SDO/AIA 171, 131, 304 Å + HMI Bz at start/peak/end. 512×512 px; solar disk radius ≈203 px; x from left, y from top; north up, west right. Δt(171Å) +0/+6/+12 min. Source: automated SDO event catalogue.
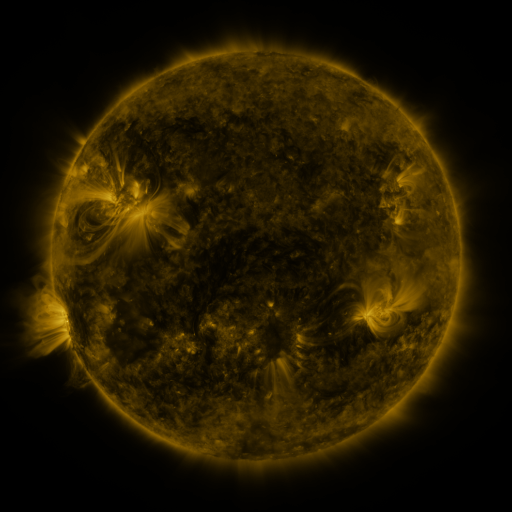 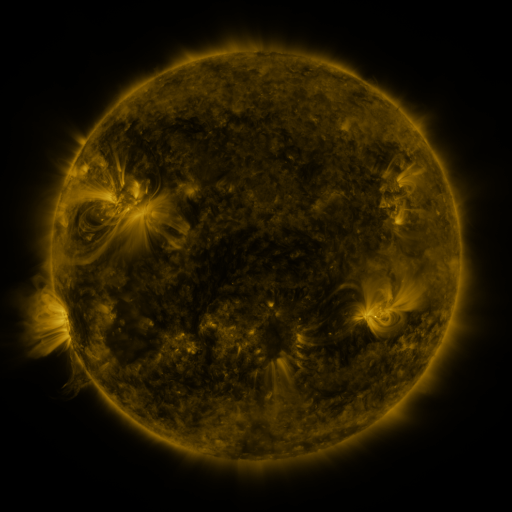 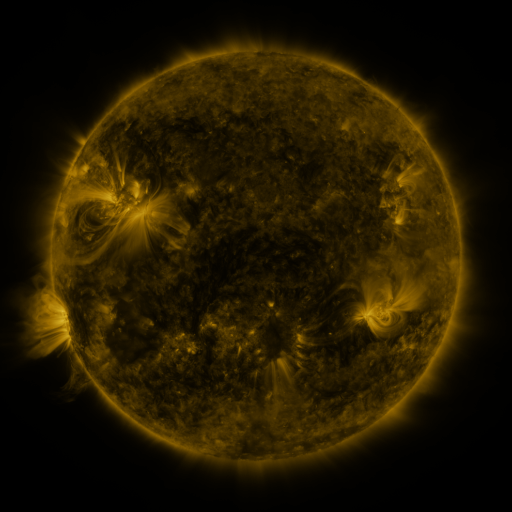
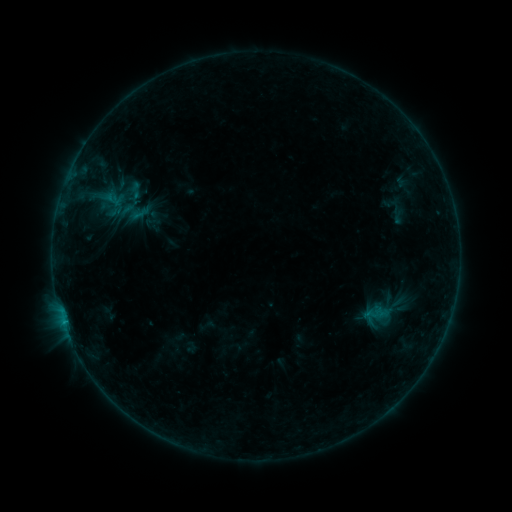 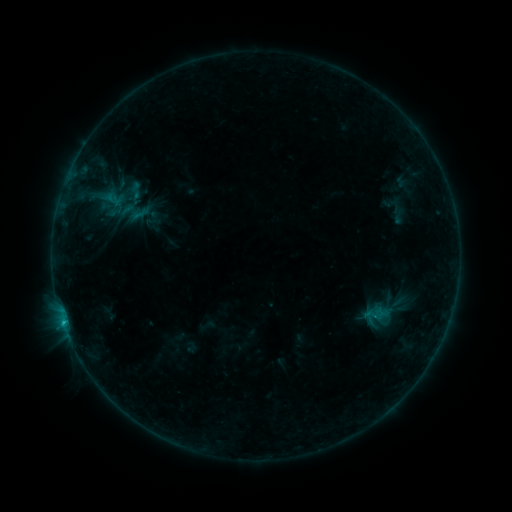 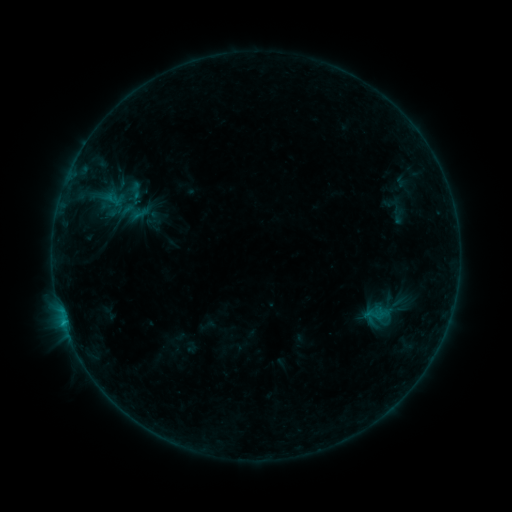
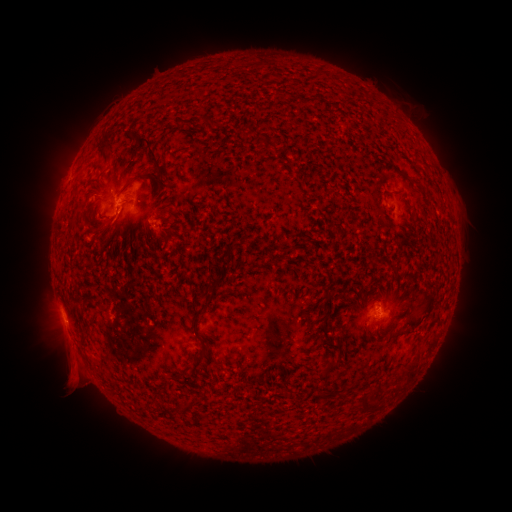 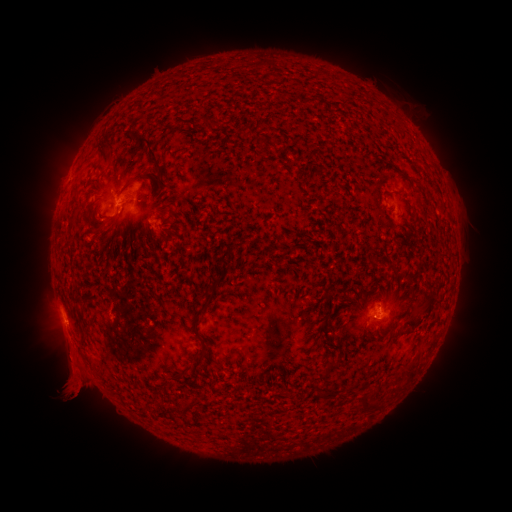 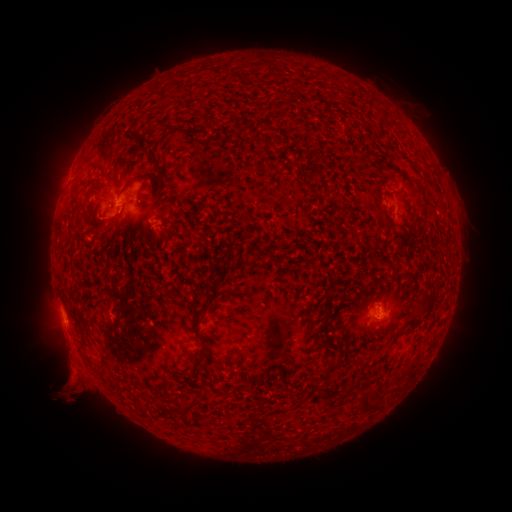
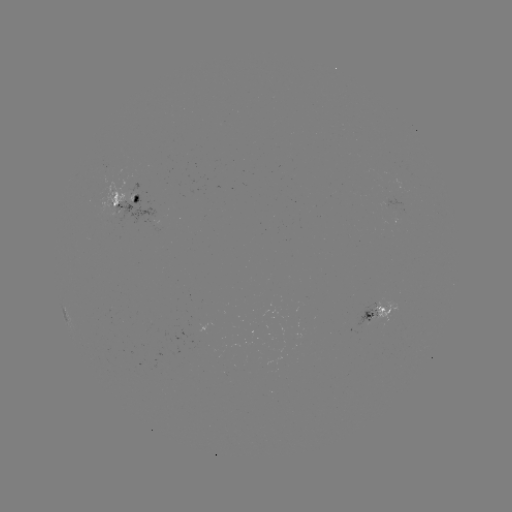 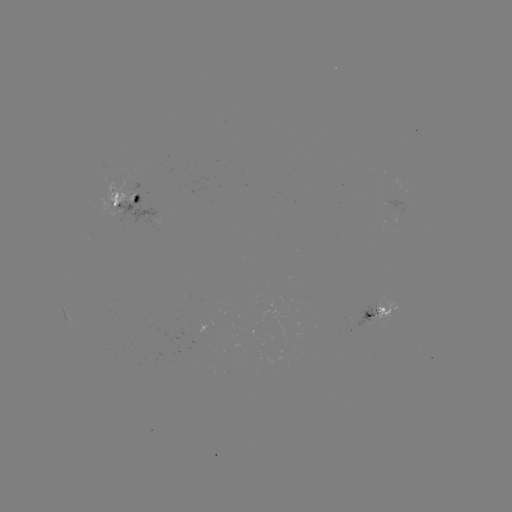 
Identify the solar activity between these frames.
B7.4 flare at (65, 322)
